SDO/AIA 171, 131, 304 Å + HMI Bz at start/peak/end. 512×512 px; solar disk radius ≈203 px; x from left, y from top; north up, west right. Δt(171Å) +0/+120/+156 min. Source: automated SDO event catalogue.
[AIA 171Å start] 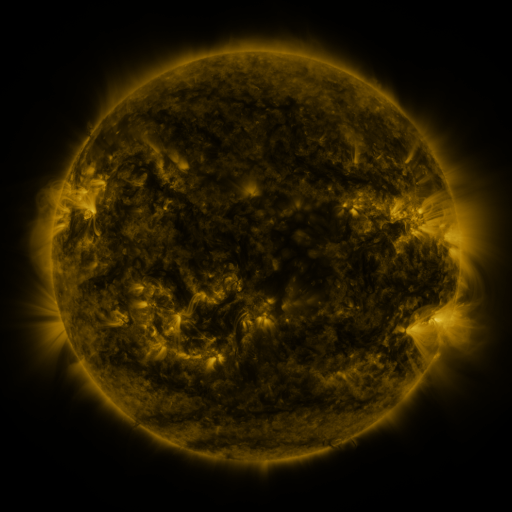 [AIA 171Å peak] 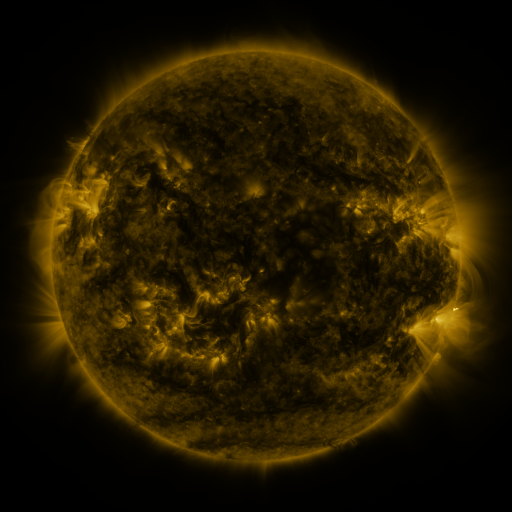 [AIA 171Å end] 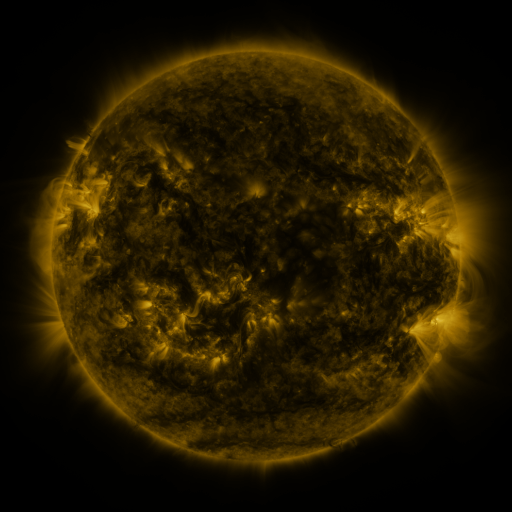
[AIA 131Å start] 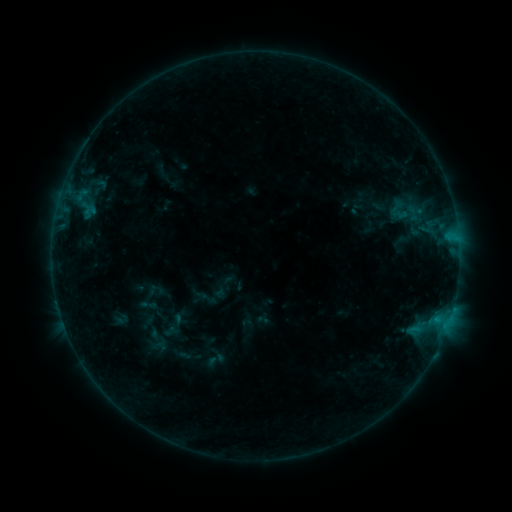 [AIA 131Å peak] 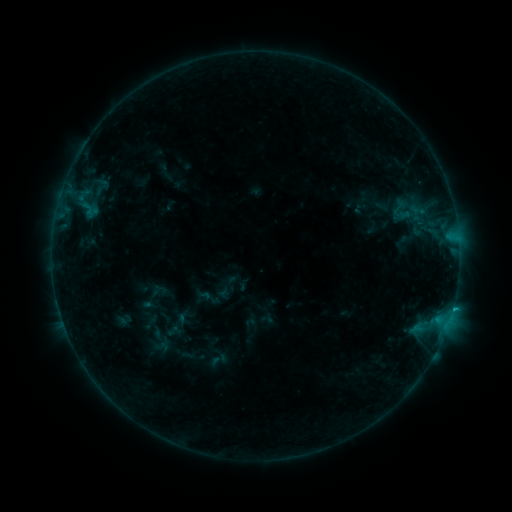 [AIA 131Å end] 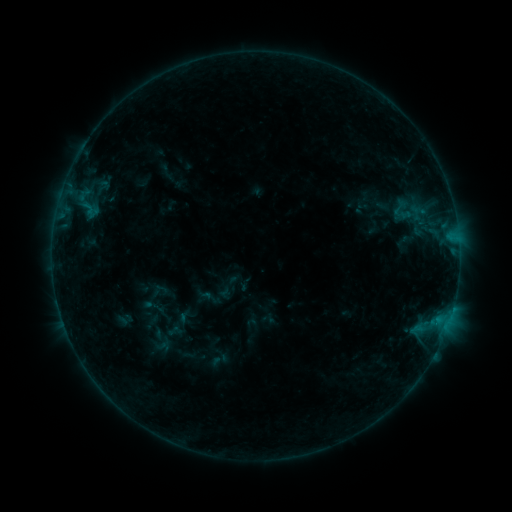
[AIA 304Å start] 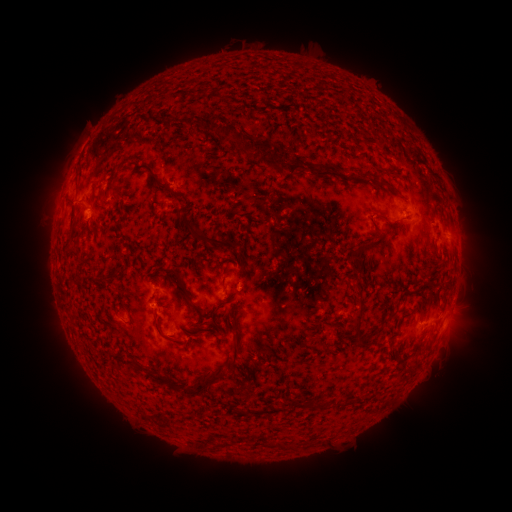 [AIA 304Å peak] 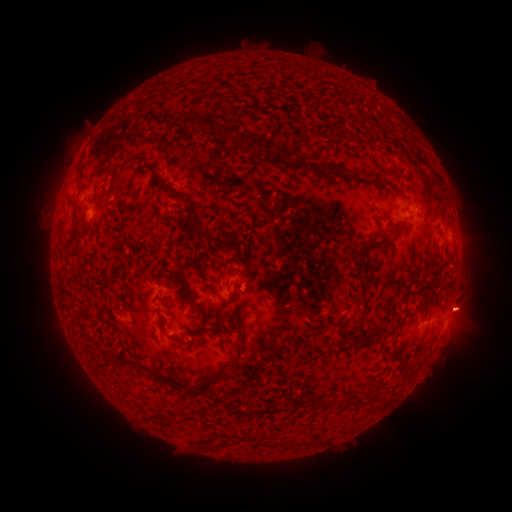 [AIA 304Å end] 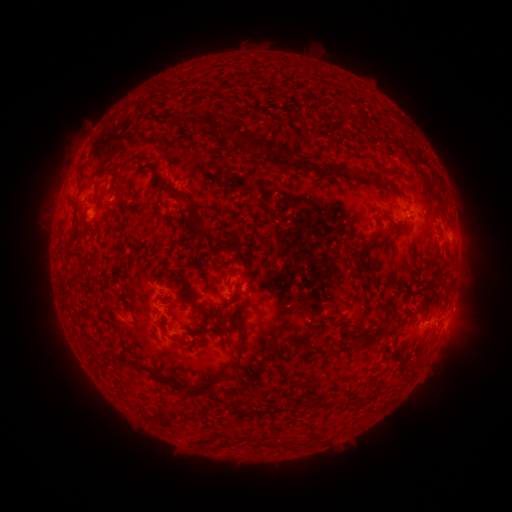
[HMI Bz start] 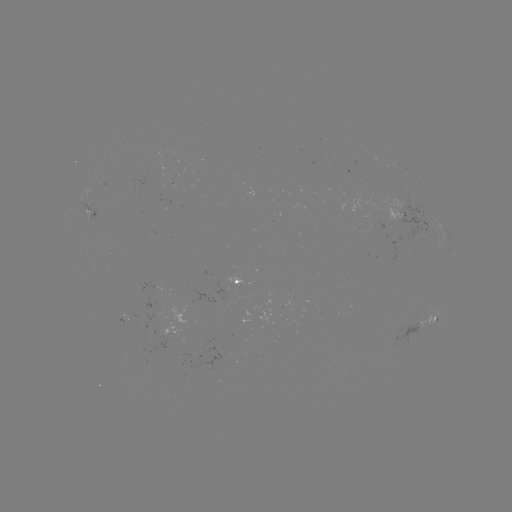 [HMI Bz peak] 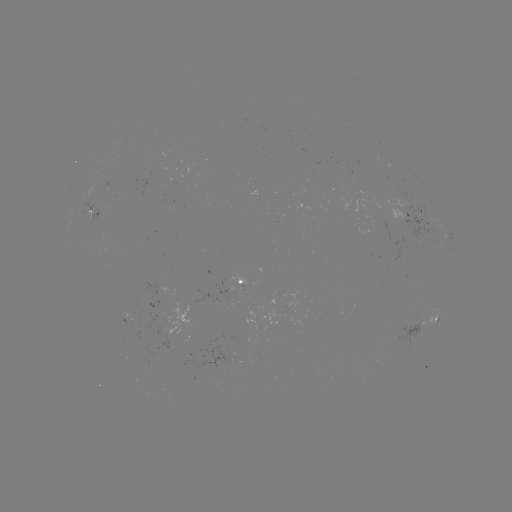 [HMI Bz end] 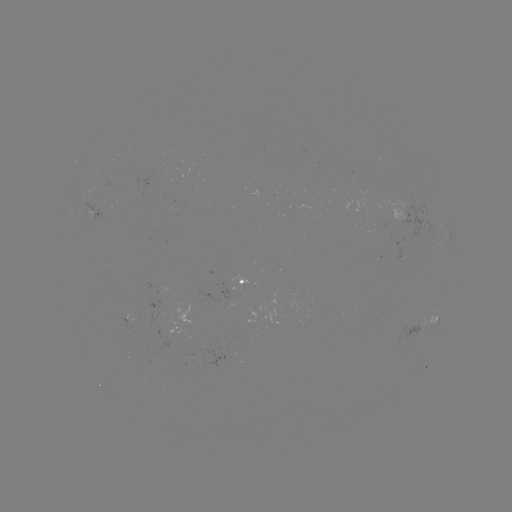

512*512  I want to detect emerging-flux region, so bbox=[212, 283, 241, 297].